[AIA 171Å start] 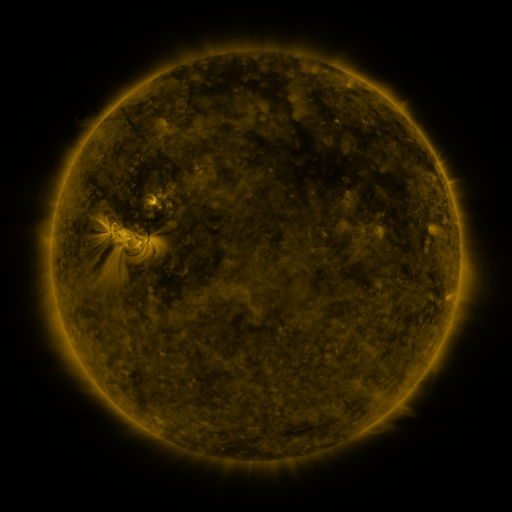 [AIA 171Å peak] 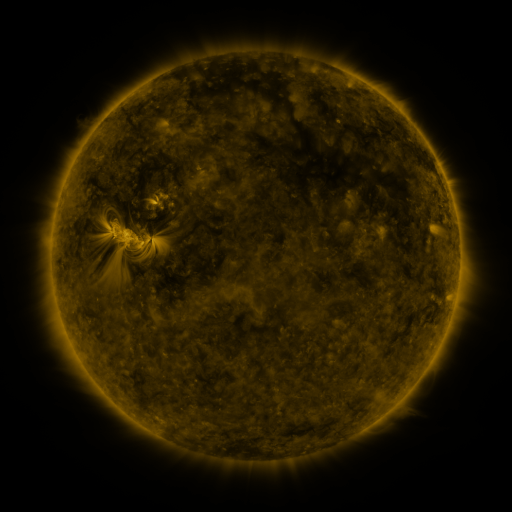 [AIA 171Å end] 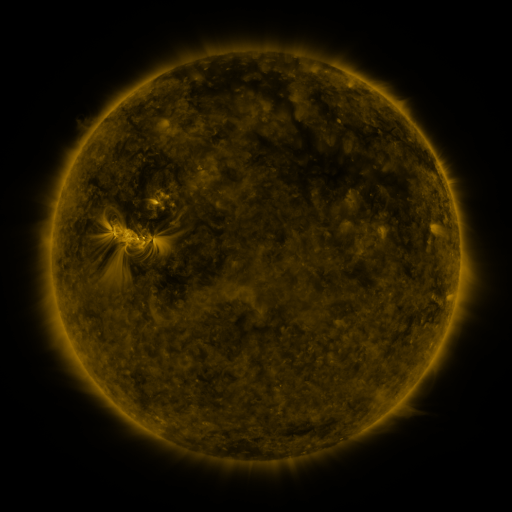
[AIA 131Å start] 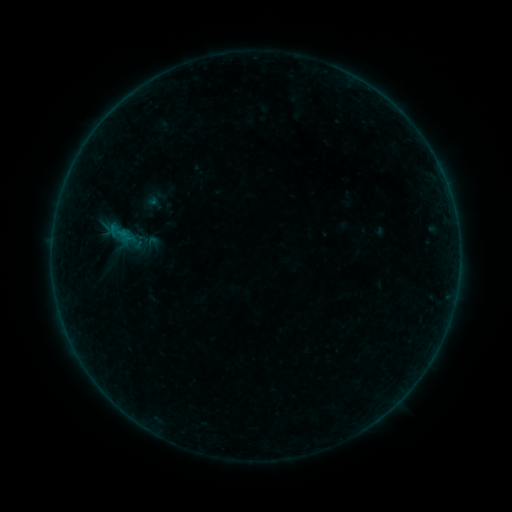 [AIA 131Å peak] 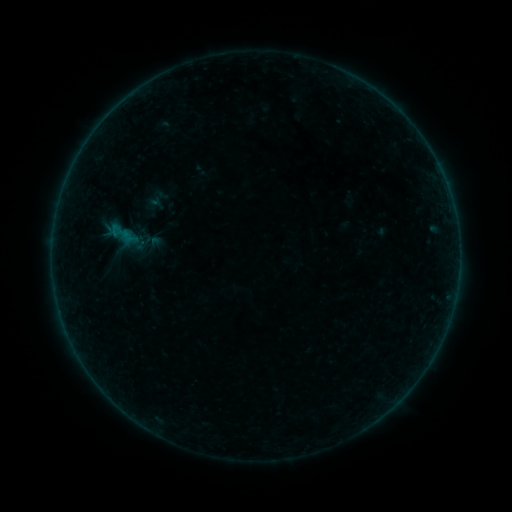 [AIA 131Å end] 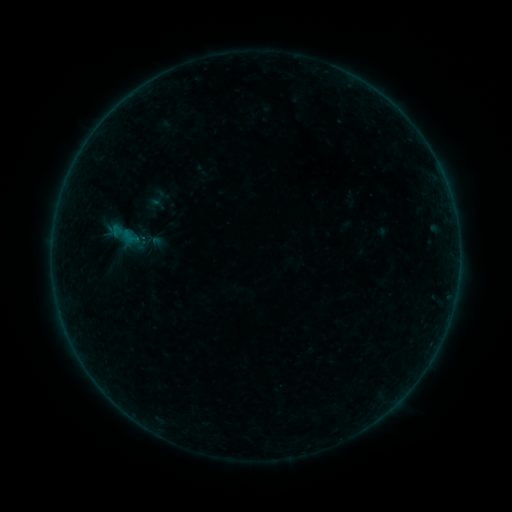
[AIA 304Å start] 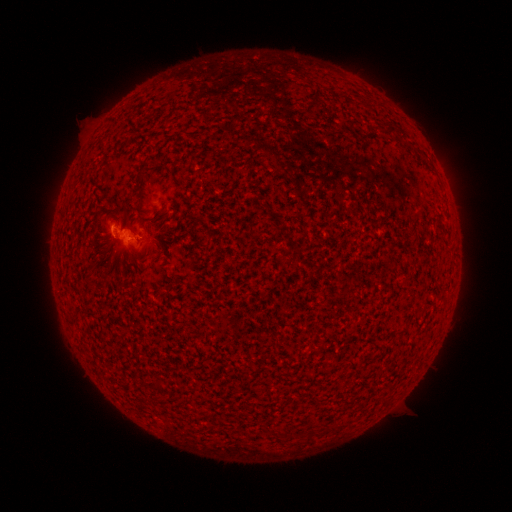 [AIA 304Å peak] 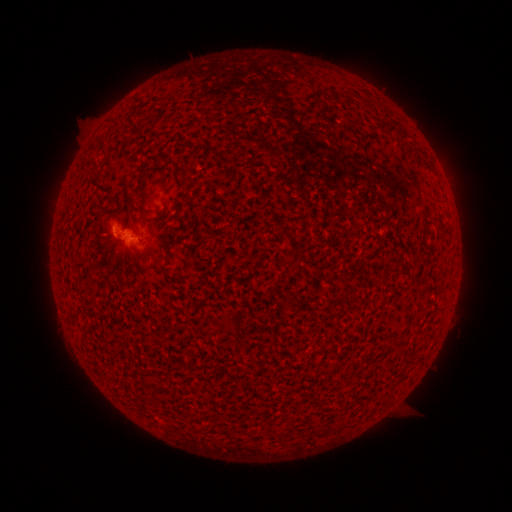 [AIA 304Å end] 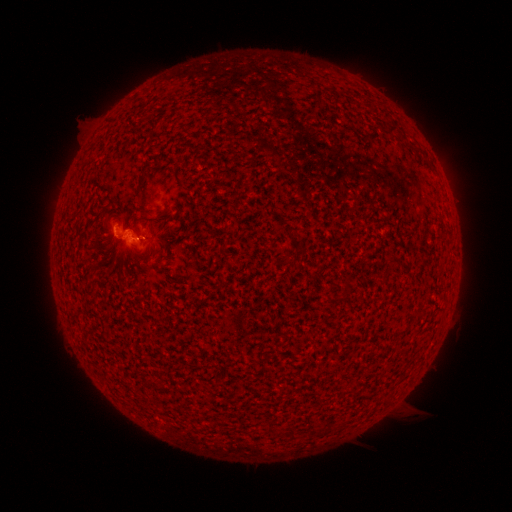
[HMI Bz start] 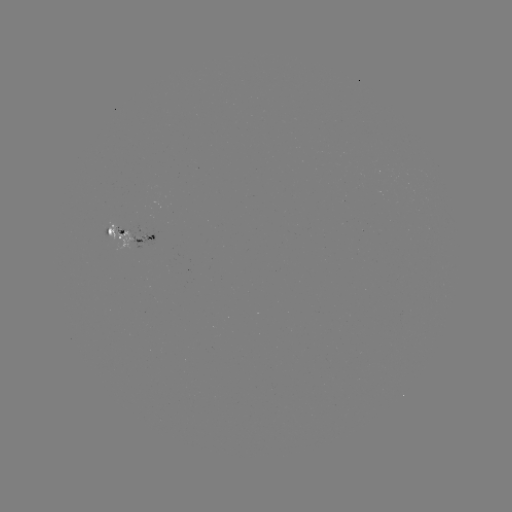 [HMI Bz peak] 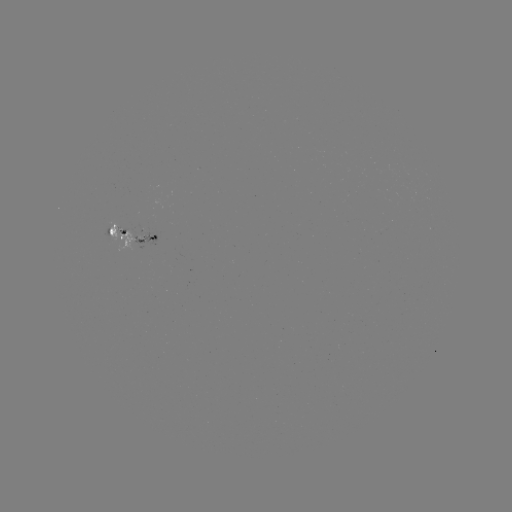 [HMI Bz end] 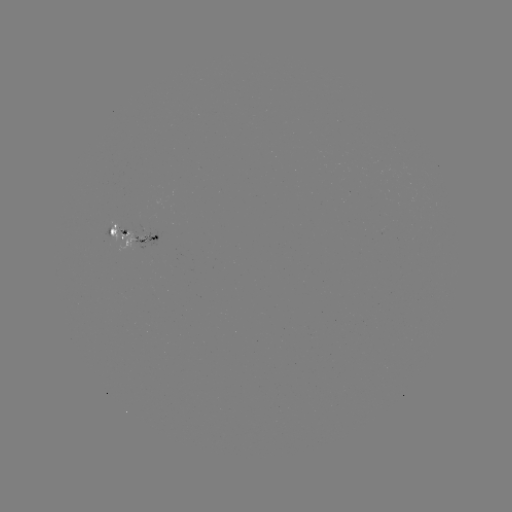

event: emerging-flux region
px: (118, 231)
